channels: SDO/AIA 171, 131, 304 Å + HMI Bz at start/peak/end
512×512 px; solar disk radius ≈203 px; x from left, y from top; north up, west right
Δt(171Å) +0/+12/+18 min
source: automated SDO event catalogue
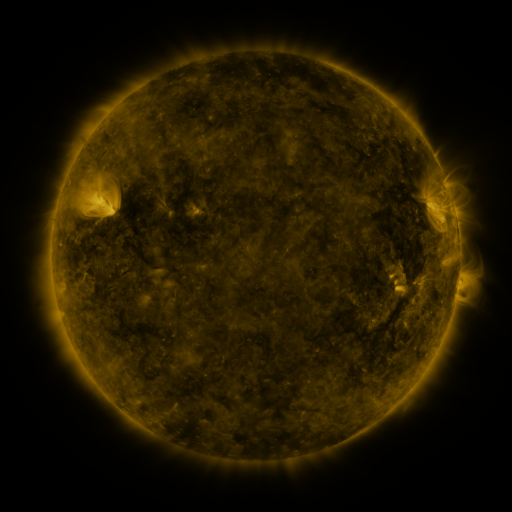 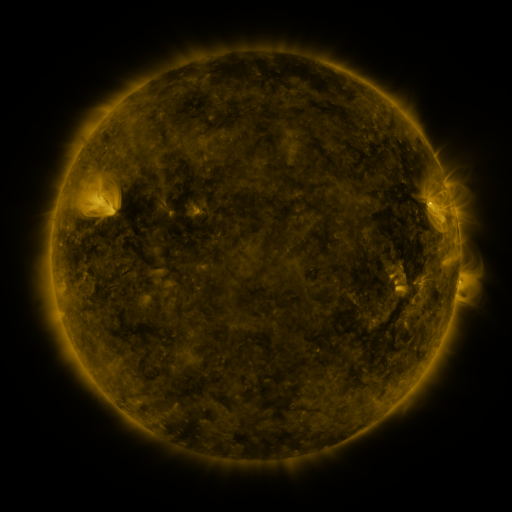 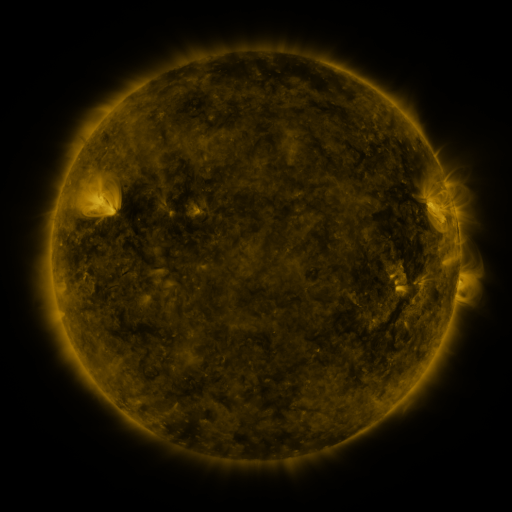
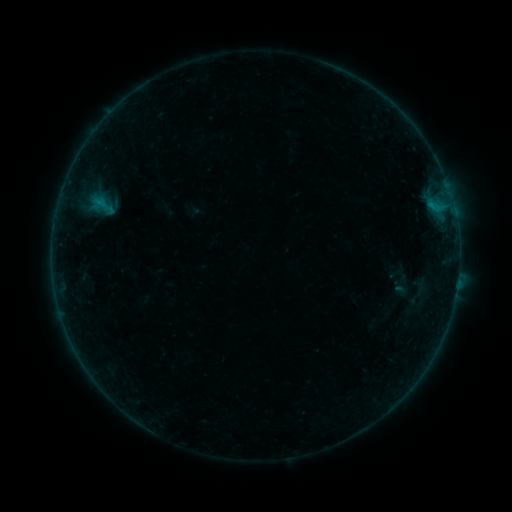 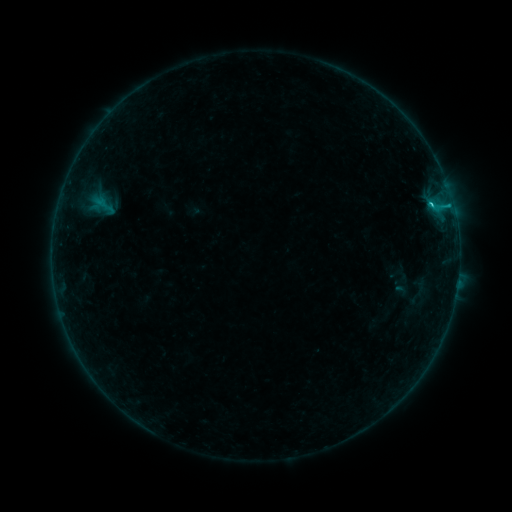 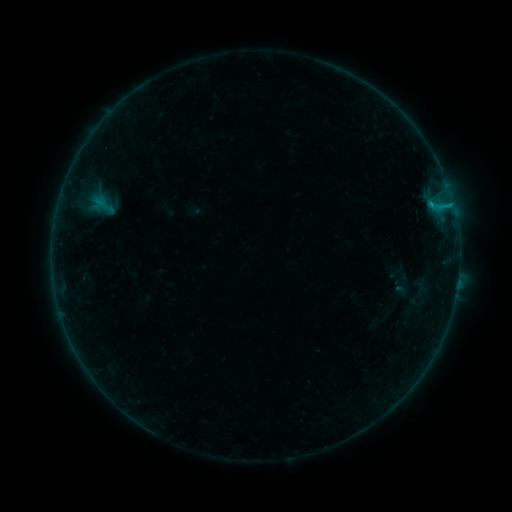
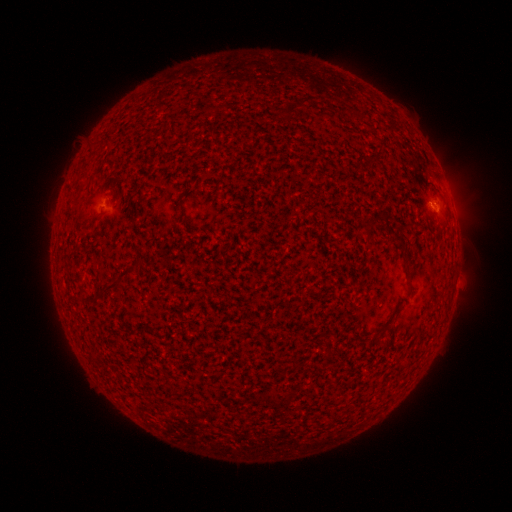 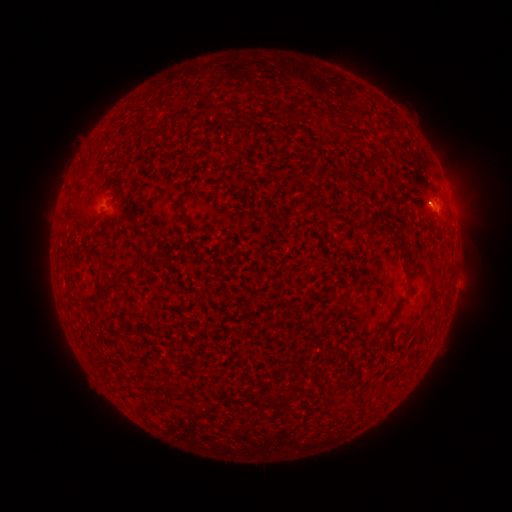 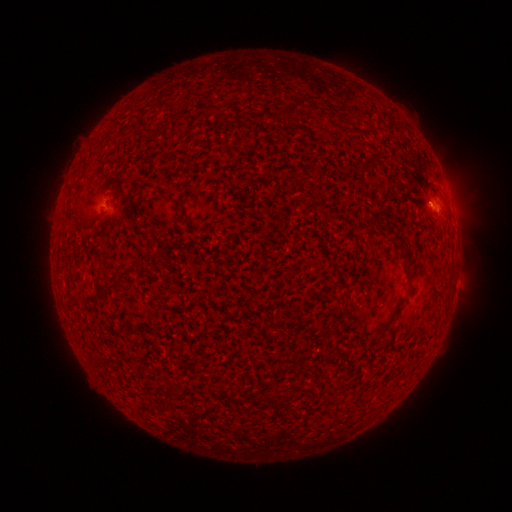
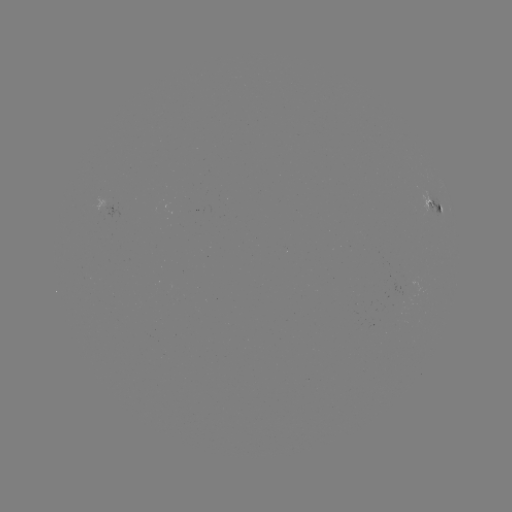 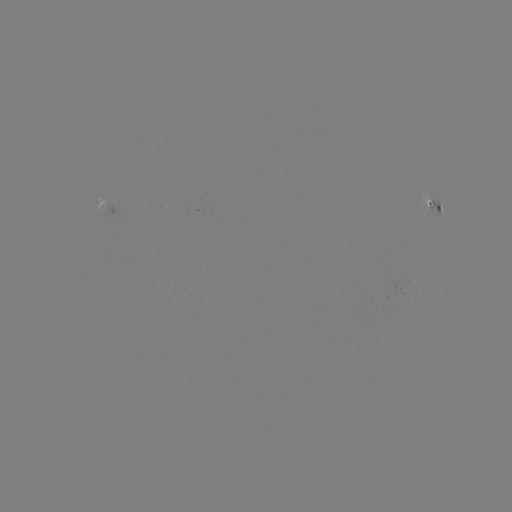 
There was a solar flare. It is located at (430, 204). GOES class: B6.6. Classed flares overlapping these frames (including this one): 1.